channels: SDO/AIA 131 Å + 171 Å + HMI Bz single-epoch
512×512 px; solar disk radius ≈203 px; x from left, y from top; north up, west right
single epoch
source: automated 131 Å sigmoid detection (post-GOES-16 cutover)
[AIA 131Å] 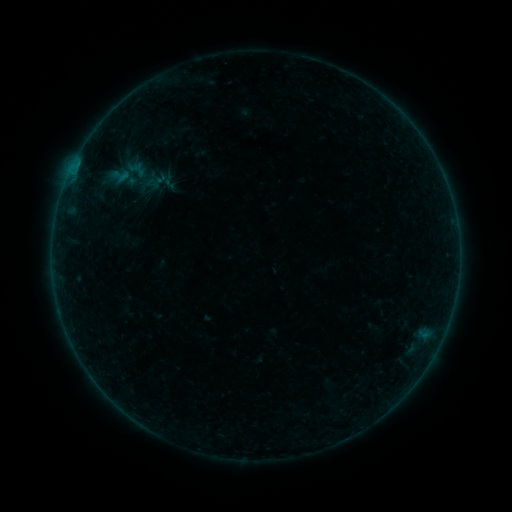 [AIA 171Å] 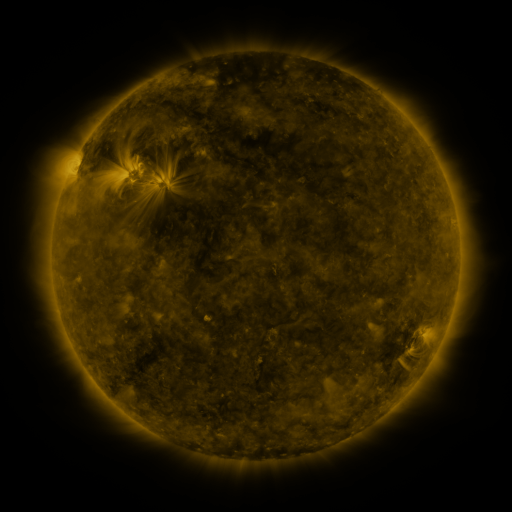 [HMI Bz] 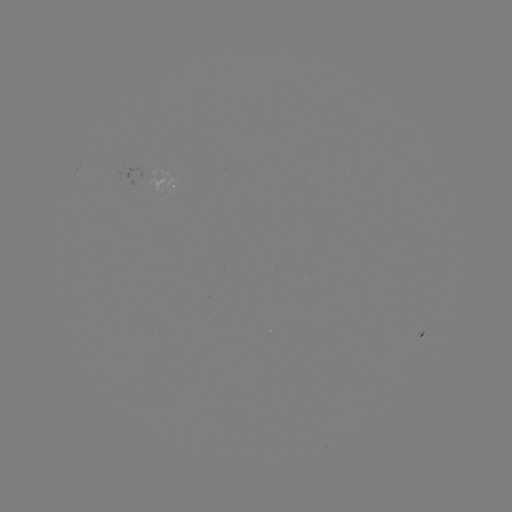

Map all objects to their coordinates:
sigmoid: (111, 165, 130, 187)
sigmoid: (139, 171, 162, 197)
